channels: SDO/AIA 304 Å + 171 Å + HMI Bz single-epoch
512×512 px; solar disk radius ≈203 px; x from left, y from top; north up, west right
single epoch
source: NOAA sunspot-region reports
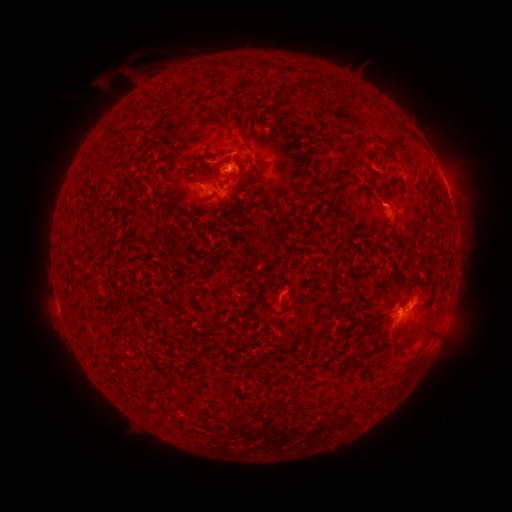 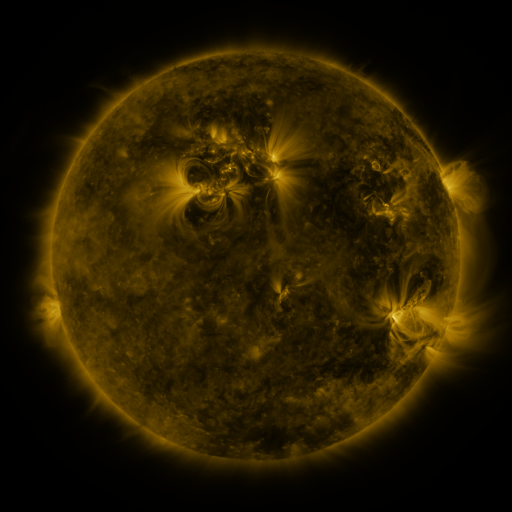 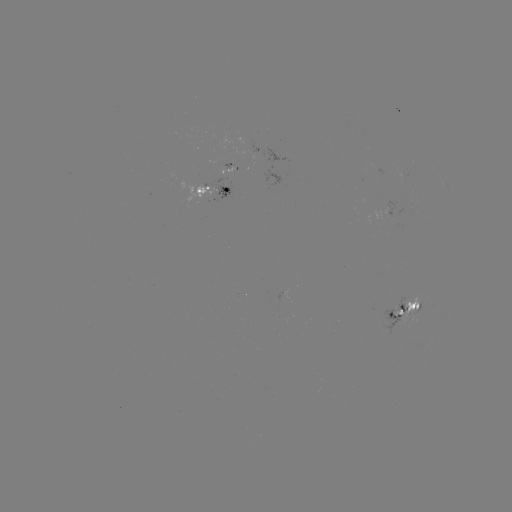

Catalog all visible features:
spotted active region: (211, 190)
spotted active region: (407, 307)
